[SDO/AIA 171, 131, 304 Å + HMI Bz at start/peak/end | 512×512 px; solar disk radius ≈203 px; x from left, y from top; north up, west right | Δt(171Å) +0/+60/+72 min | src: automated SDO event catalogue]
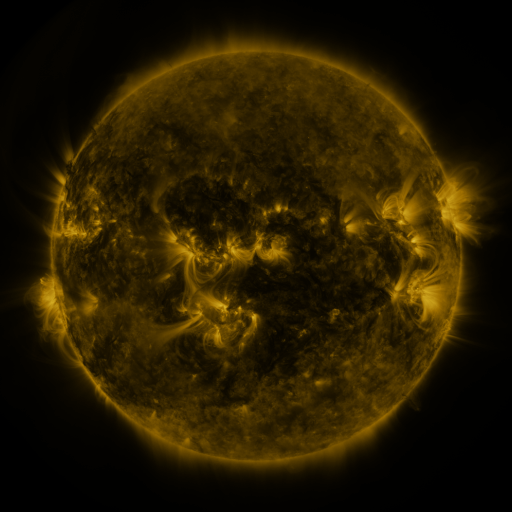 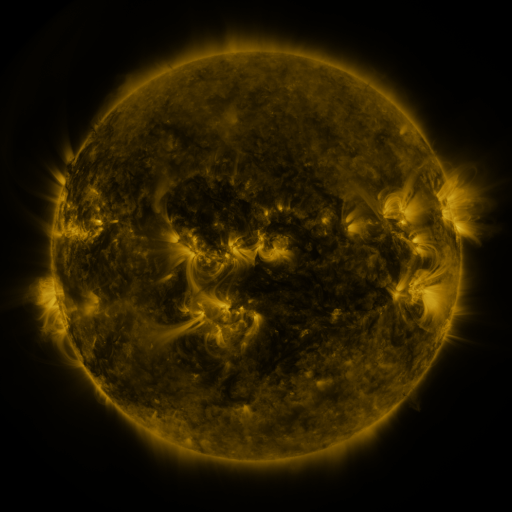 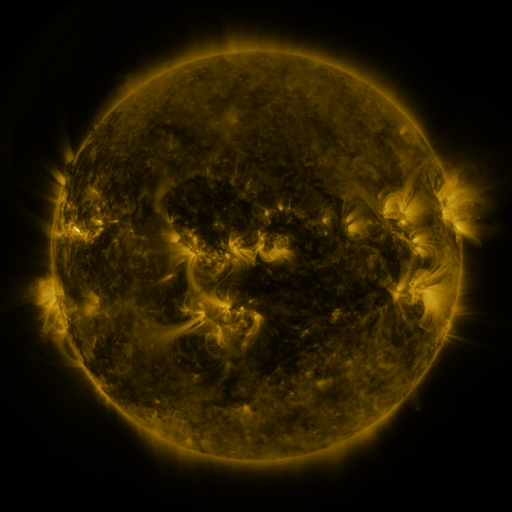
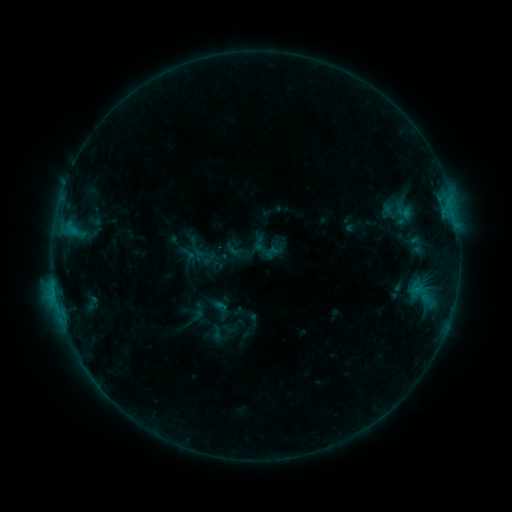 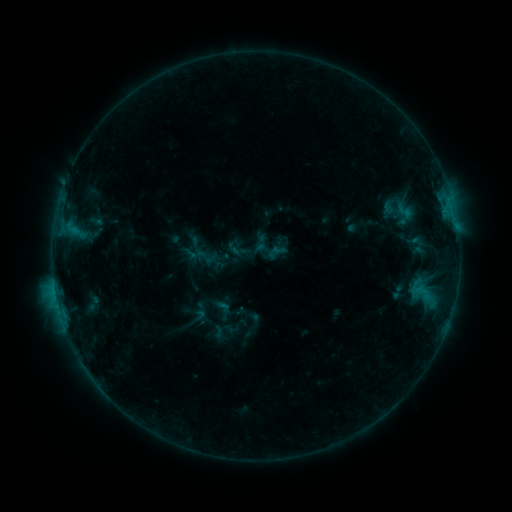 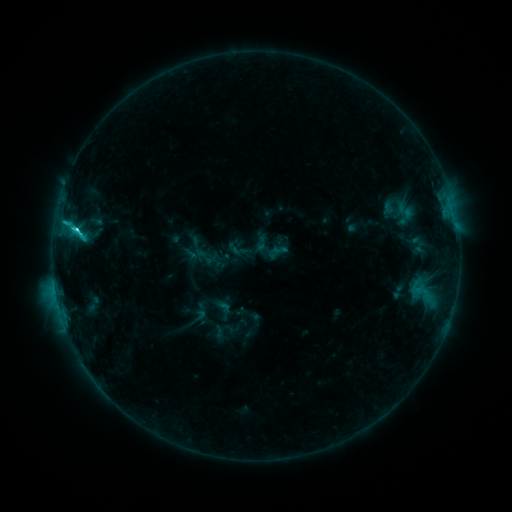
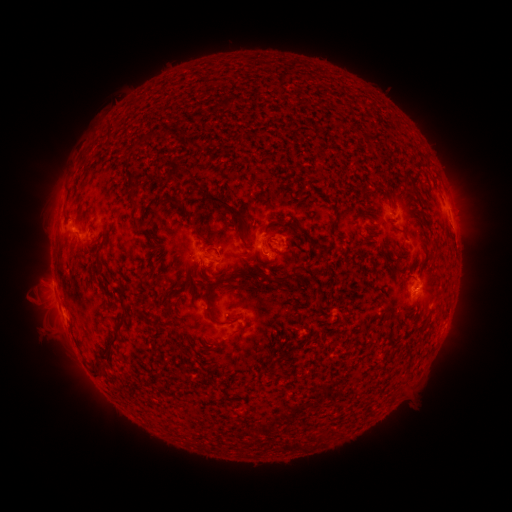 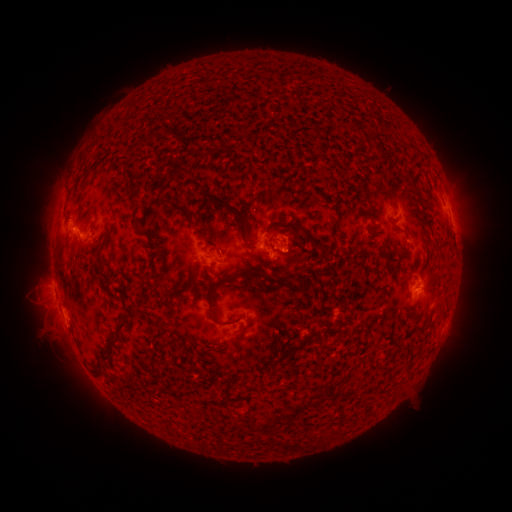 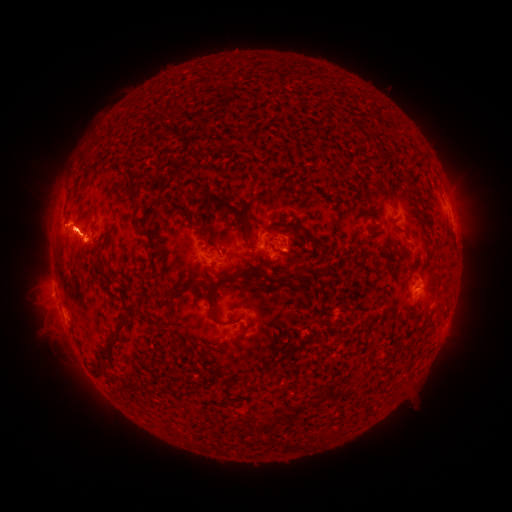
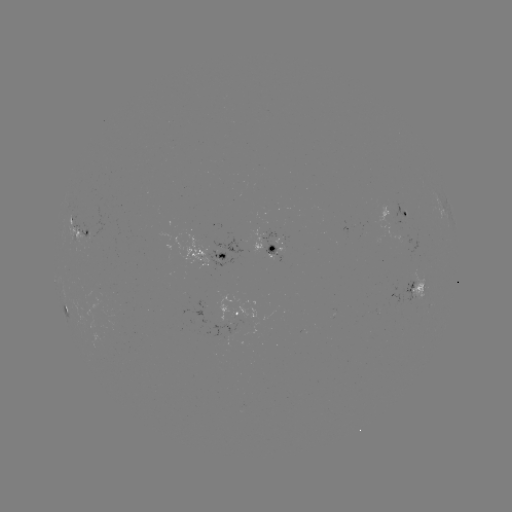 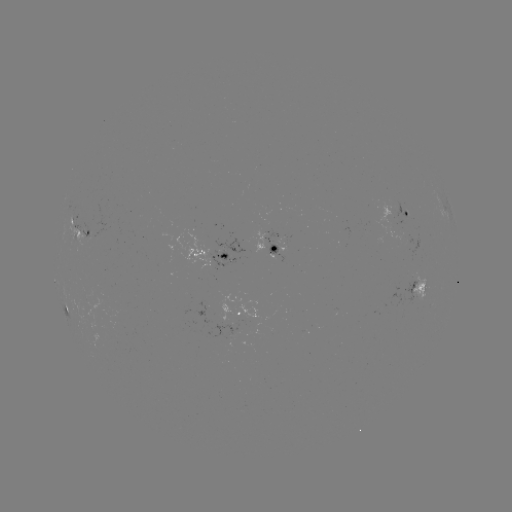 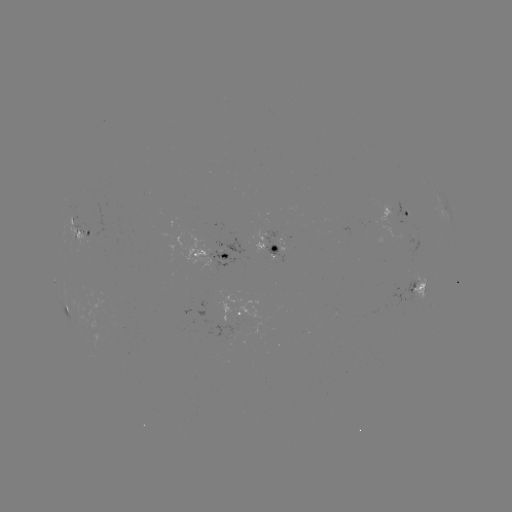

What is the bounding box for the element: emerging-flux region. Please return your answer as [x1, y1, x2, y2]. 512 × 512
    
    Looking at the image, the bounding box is [413, 270, 425, 299].